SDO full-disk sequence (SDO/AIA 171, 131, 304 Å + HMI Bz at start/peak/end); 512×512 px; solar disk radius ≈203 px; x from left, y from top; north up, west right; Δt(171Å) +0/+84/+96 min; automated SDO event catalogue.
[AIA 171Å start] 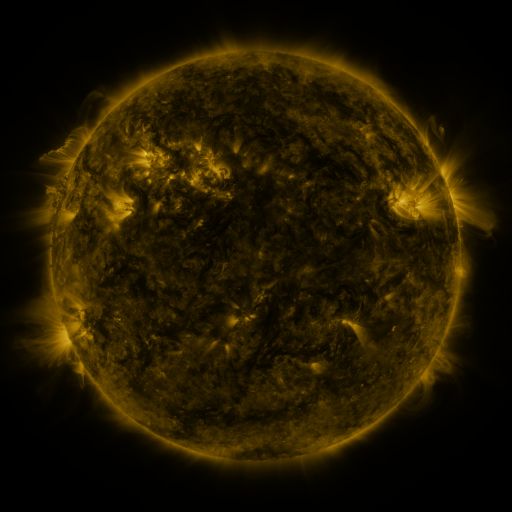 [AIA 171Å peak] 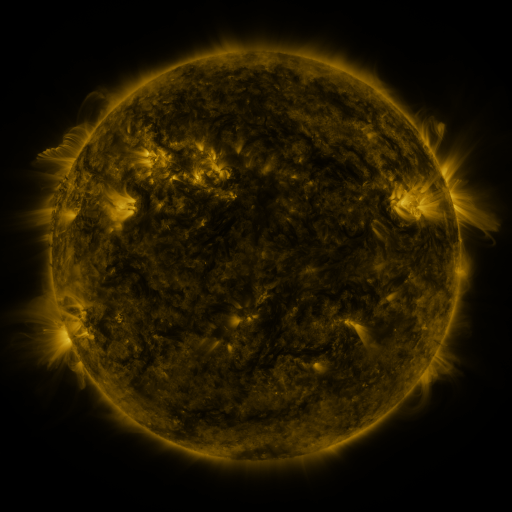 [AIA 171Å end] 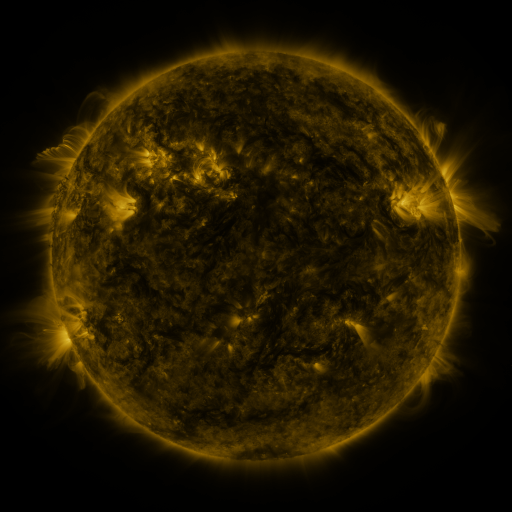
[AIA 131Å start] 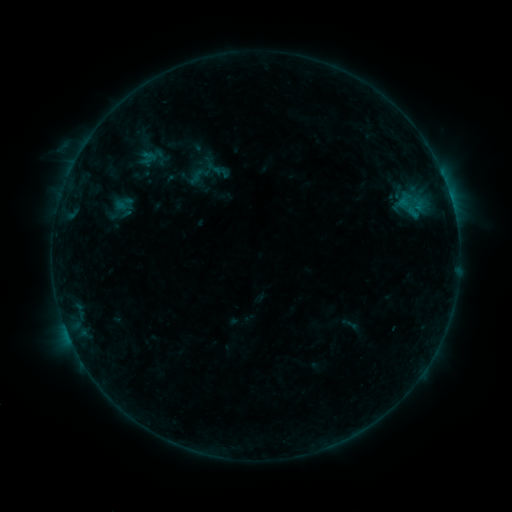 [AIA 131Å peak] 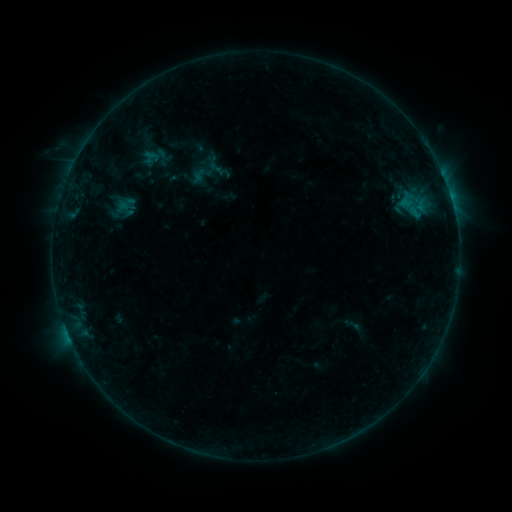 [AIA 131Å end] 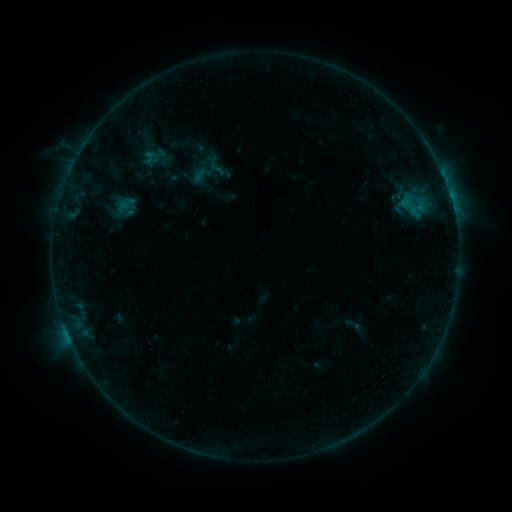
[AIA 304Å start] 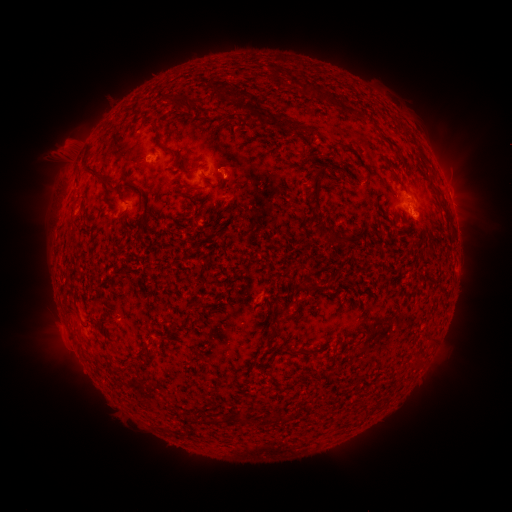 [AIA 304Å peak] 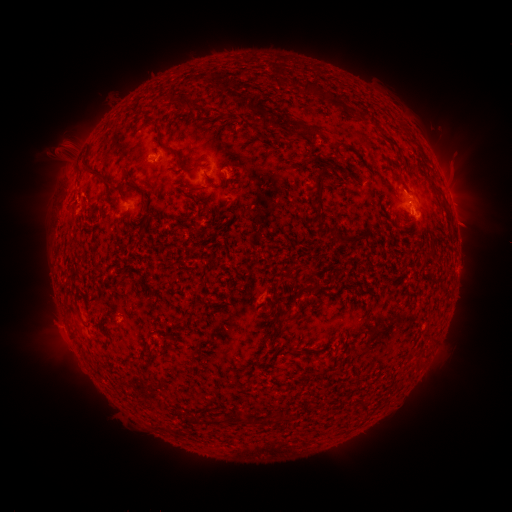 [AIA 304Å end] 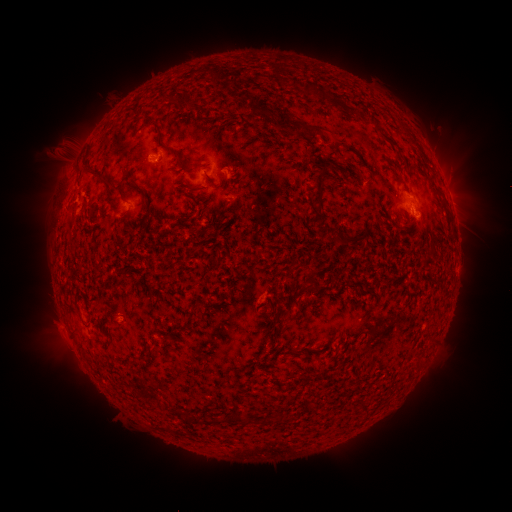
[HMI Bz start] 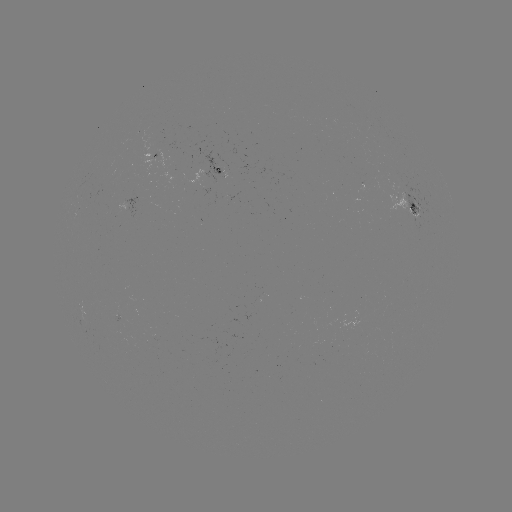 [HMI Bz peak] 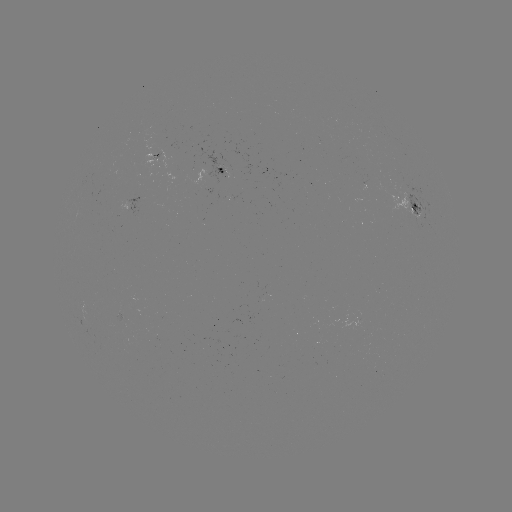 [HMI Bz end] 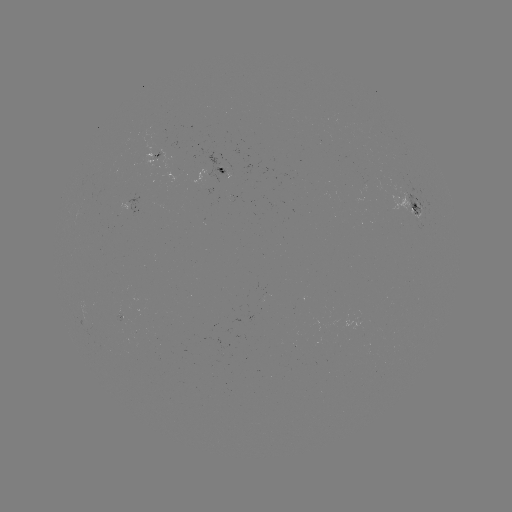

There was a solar emerging-flux region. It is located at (125, 321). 